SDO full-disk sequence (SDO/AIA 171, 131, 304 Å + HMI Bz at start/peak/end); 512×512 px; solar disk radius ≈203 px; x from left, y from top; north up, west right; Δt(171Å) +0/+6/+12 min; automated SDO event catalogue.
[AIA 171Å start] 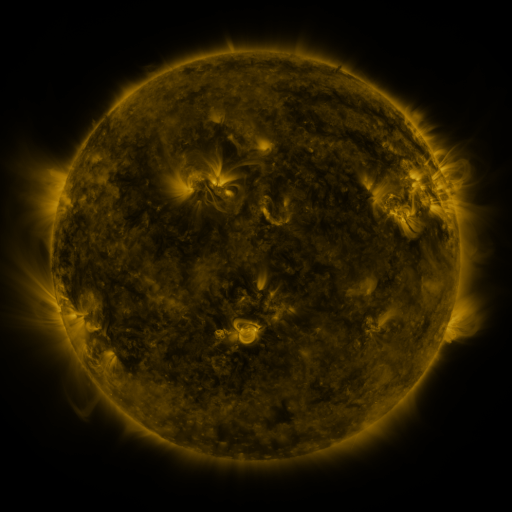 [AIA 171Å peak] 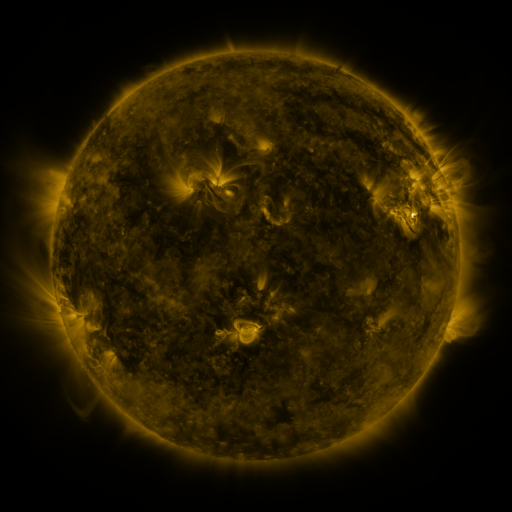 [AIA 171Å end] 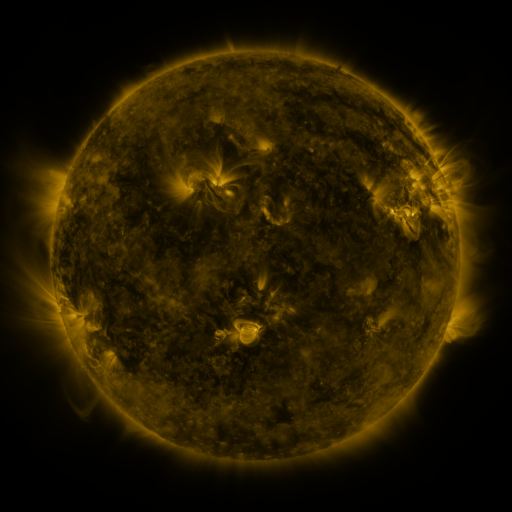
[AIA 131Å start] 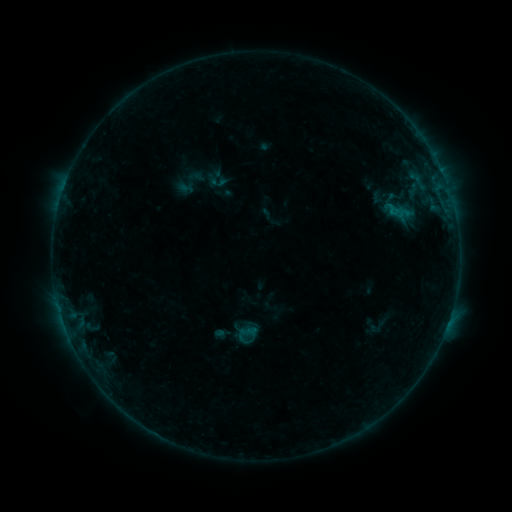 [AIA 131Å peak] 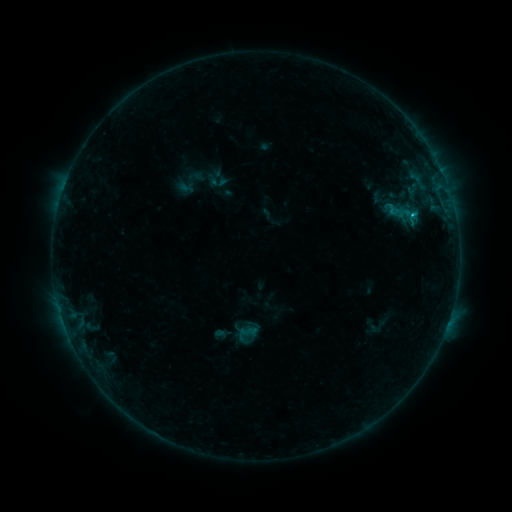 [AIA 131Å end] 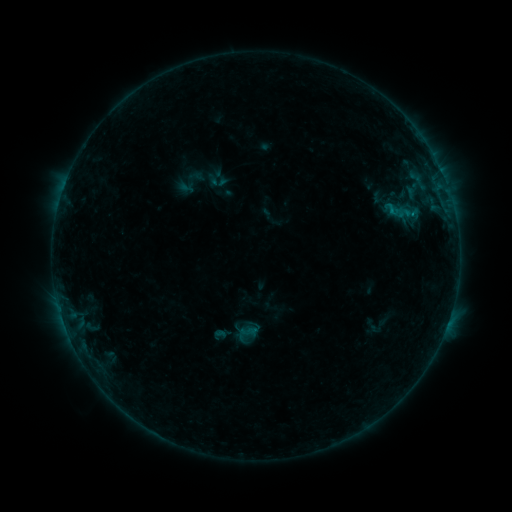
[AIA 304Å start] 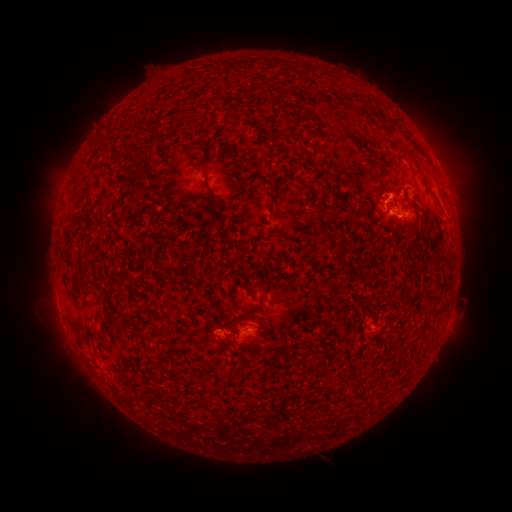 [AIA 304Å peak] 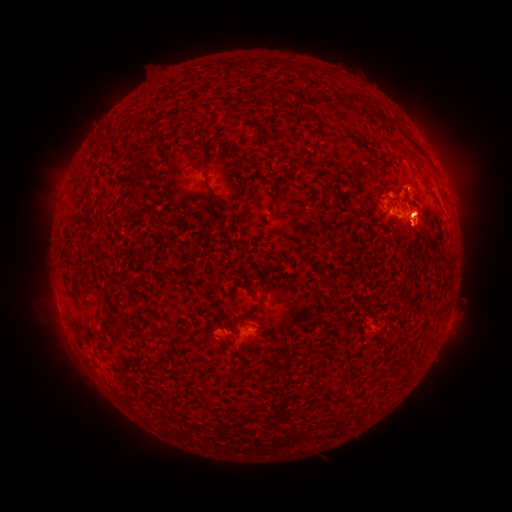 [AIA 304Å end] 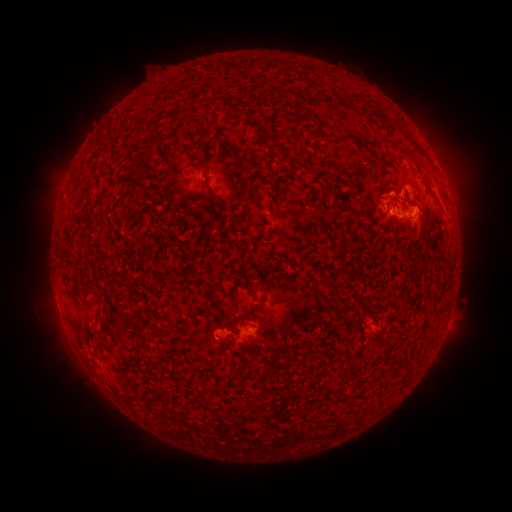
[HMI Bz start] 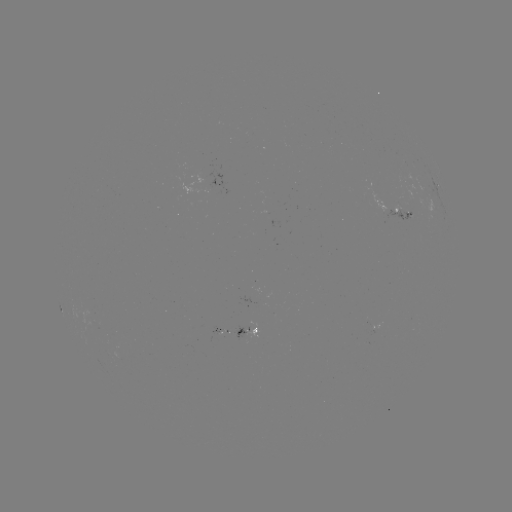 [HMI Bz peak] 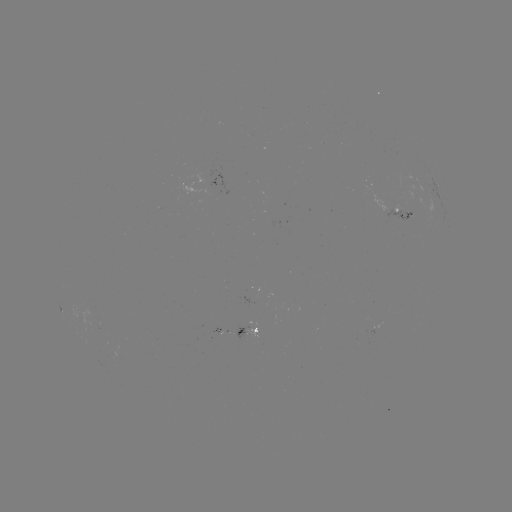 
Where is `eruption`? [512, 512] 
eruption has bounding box [344, 182, 499, 265].